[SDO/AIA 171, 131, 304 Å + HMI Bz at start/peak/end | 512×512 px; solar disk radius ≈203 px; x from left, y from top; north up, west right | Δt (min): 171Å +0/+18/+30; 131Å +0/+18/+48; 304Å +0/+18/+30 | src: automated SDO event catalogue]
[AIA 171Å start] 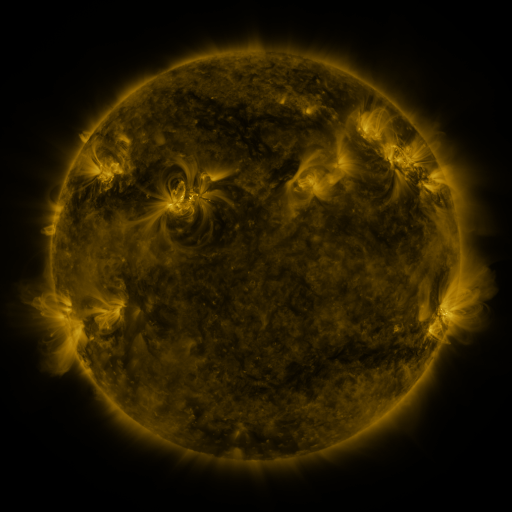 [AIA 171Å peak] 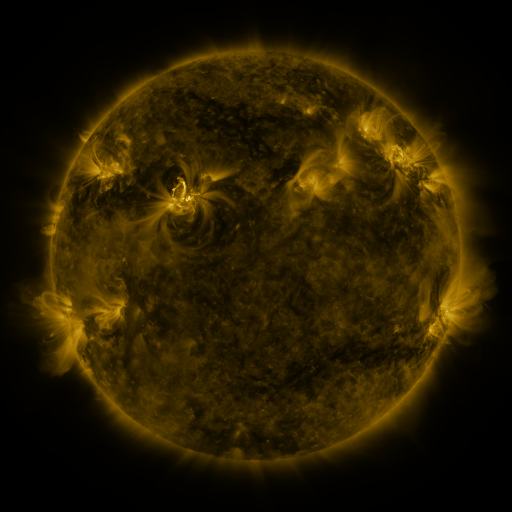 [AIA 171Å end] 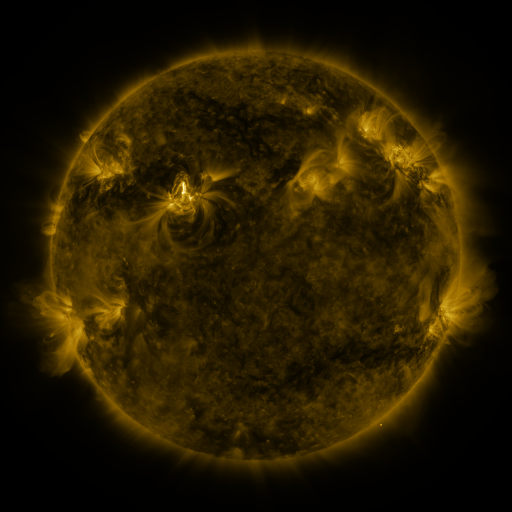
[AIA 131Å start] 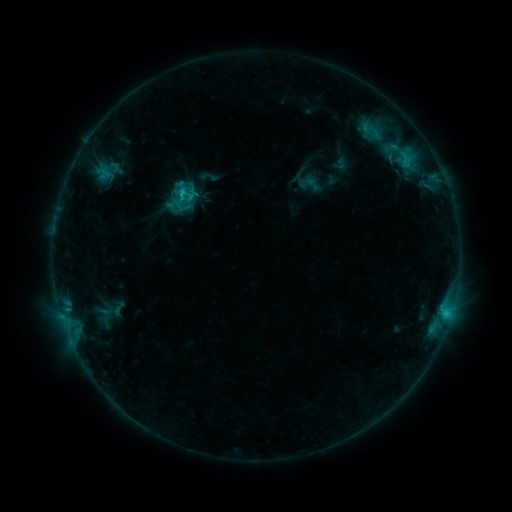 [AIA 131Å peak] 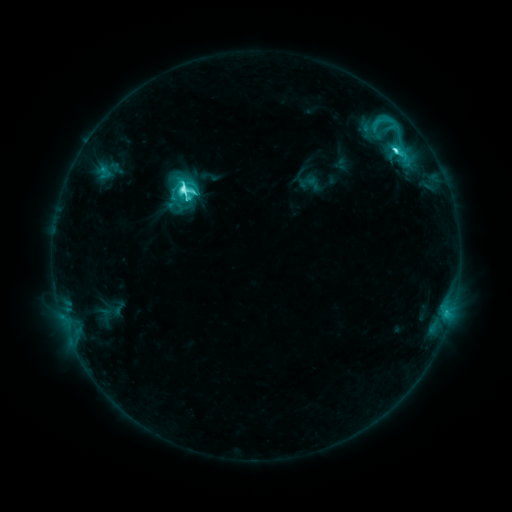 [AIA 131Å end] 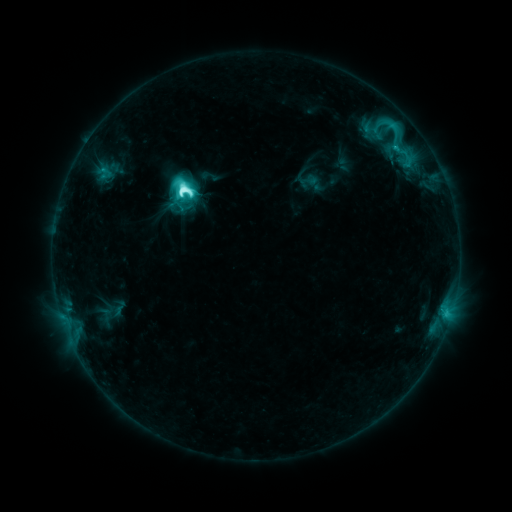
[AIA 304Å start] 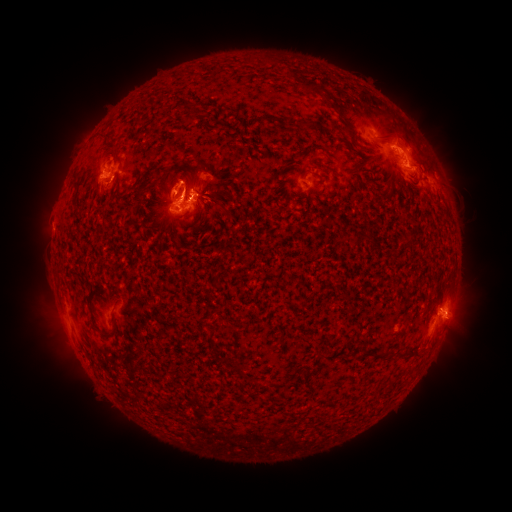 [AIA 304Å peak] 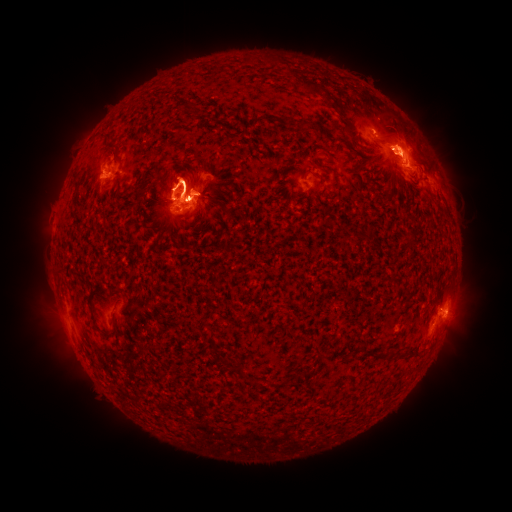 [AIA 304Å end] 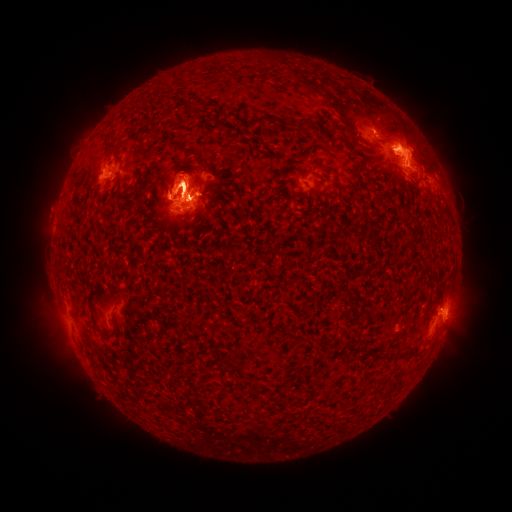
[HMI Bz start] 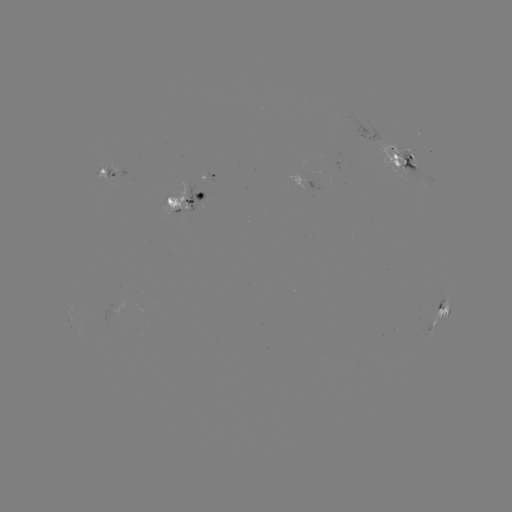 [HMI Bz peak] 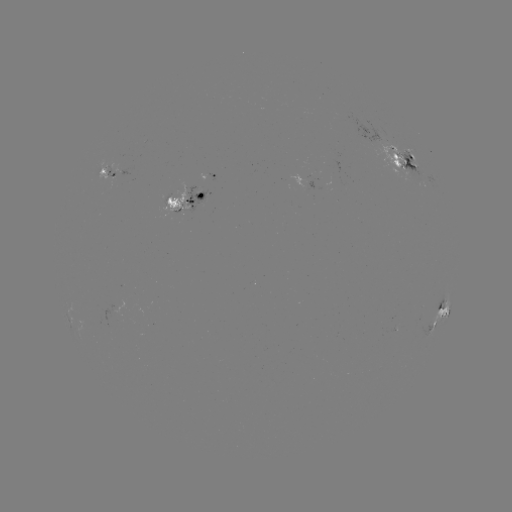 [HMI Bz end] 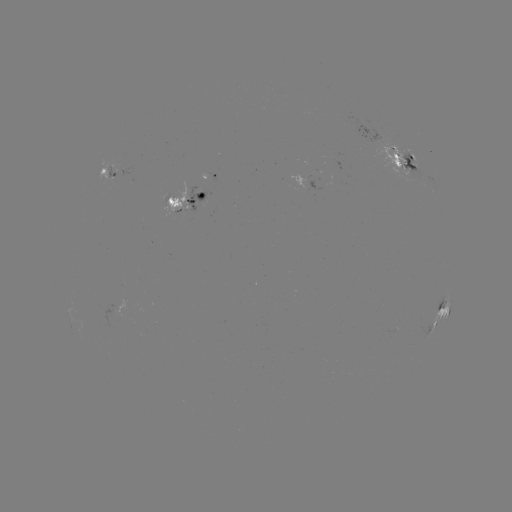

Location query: eruption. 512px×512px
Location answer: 113,204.